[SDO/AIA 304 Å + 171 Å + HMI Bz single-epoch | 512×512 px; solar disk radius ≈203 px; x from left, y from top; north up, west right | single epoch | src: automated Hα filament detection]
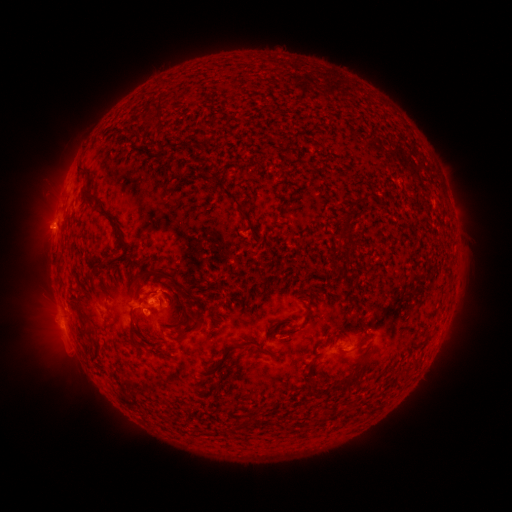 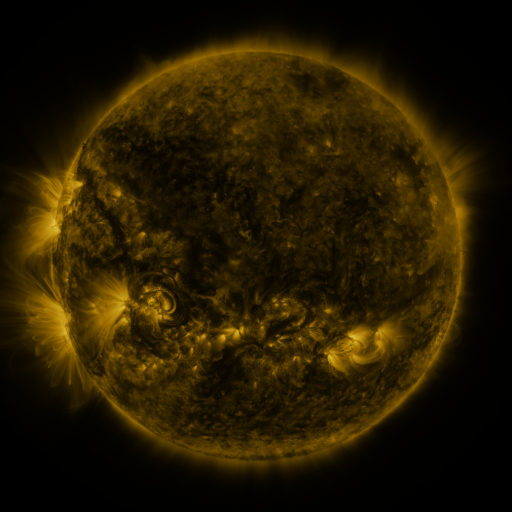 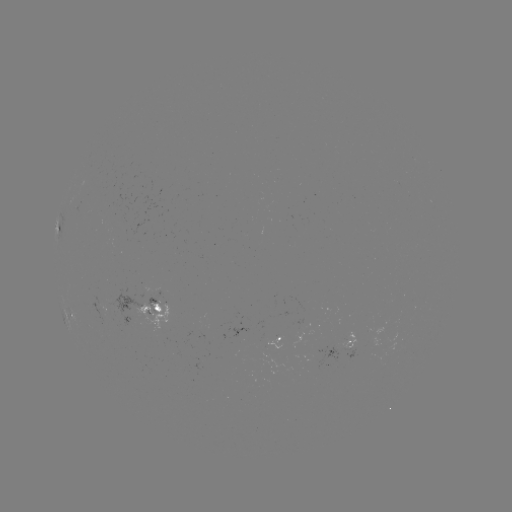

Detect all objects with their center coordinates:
filament: (143, 102, 153, 113)
filament: (158, 139, 198, 156)
filament: (205, 172, 218, 182)
filament: (81, 185, 96, 202)
filament: (221, 188, 249, 221)
filament: (342, 212, 351, 227)
filament: (116, 231, 127, 248)
filament: (97, 256, 110, 266)
filament: (144, 265, 186, 298)
filament: (139, 297, 148, 304)
filament: (127, 307, 136, 338)
filament: (180, 315, 198, 334)
filament: (334, 335, 344, 342)
filament: (254, 345, 266, 355)
filament: (329, 369, 360, 392)
filament: (304, 383, 318, 395)
